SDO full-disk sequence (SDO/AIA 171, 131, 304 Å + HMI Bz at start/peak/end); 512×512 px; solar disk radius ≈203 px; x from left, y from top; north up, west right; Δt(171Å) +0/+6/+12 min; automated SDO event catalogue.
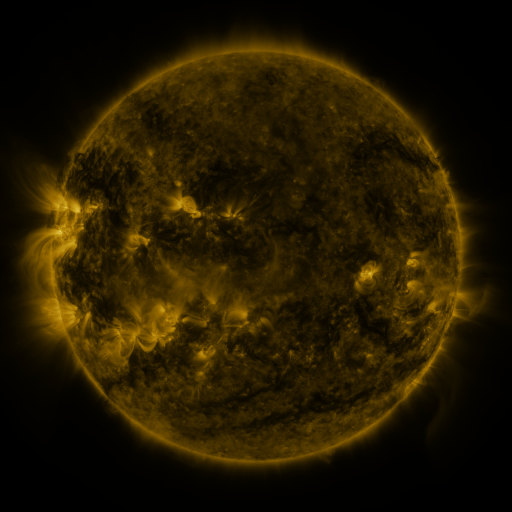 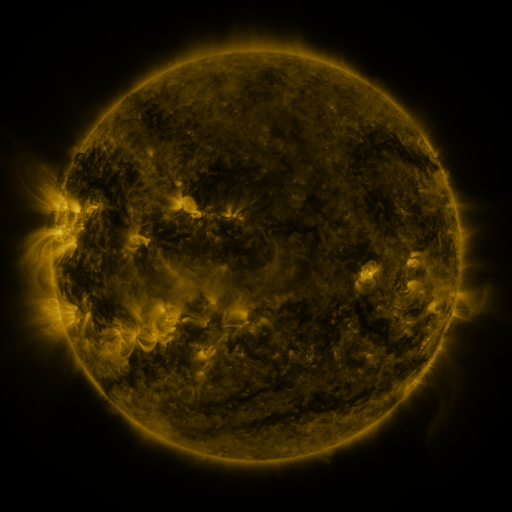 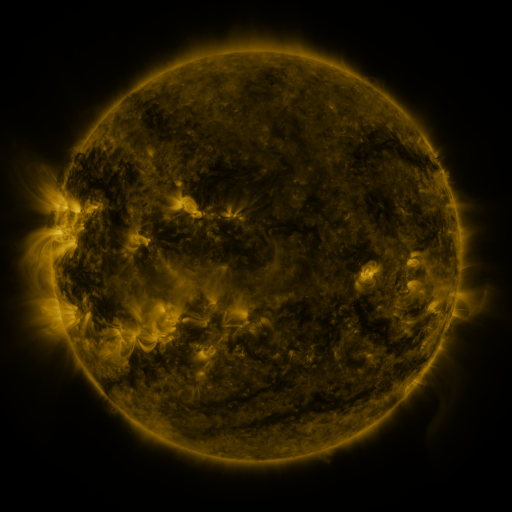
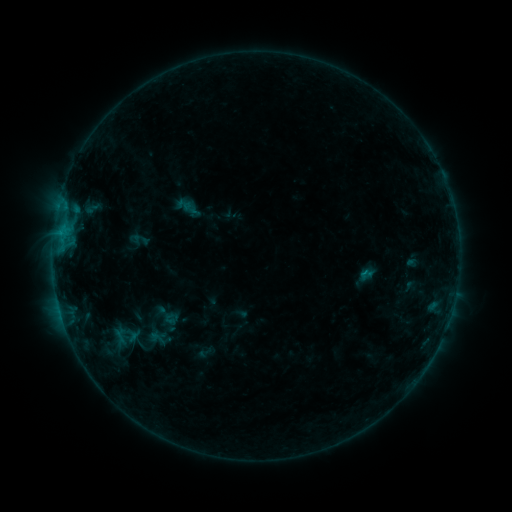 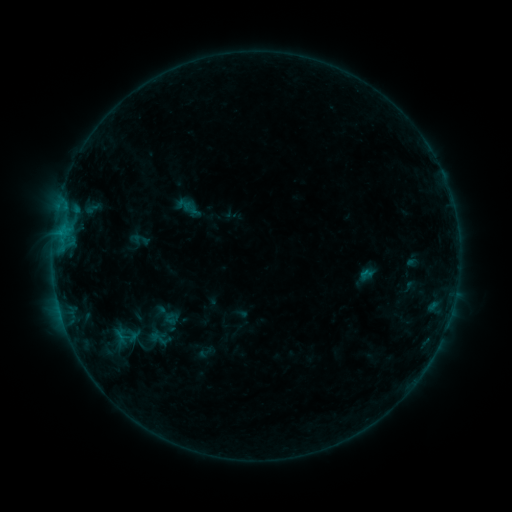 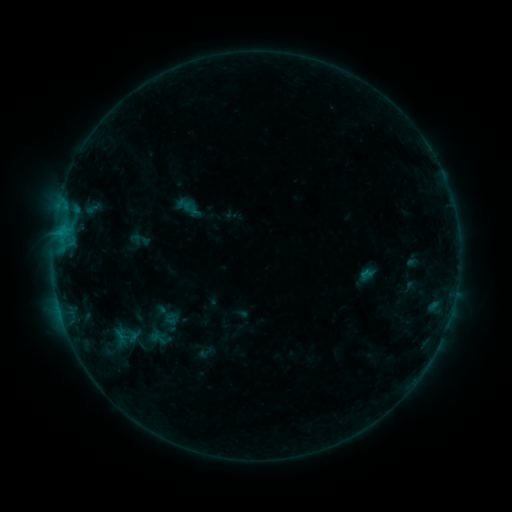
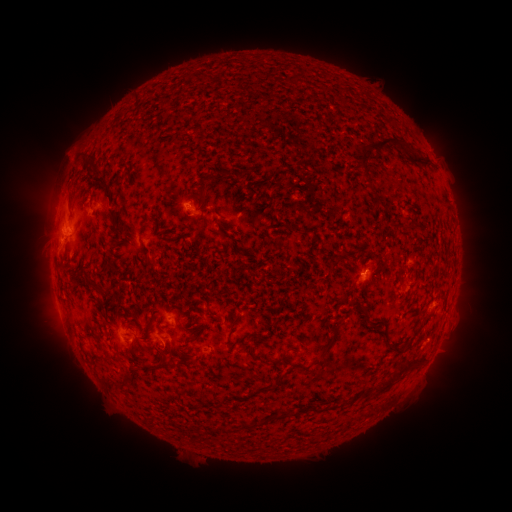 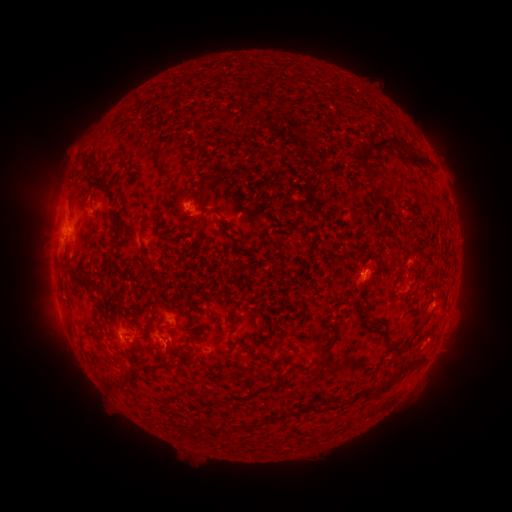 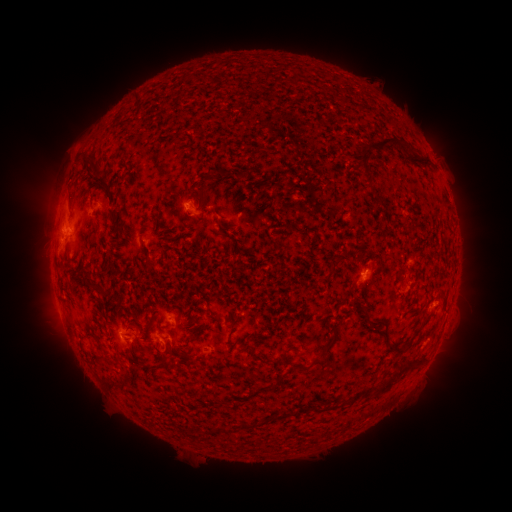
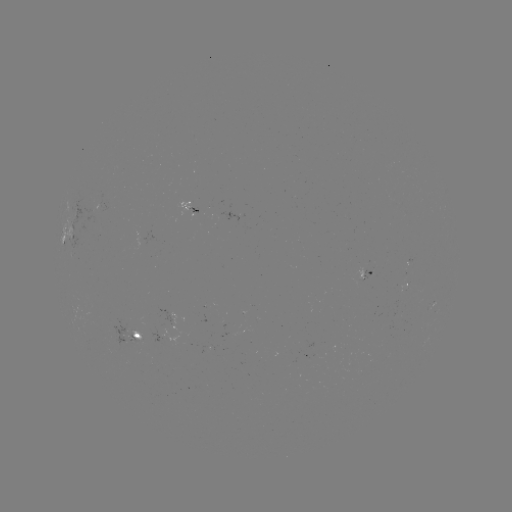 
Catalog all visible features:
eruption: (168, 352)
